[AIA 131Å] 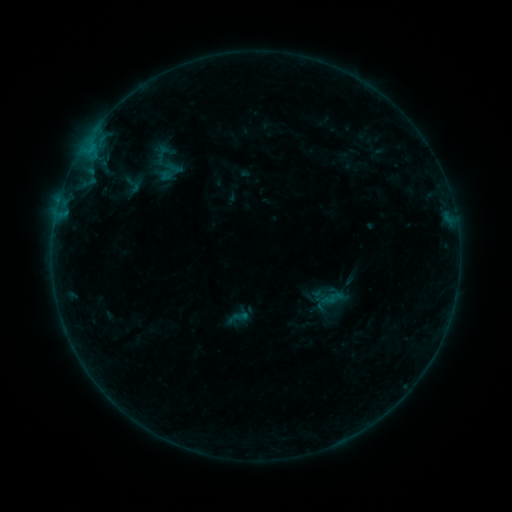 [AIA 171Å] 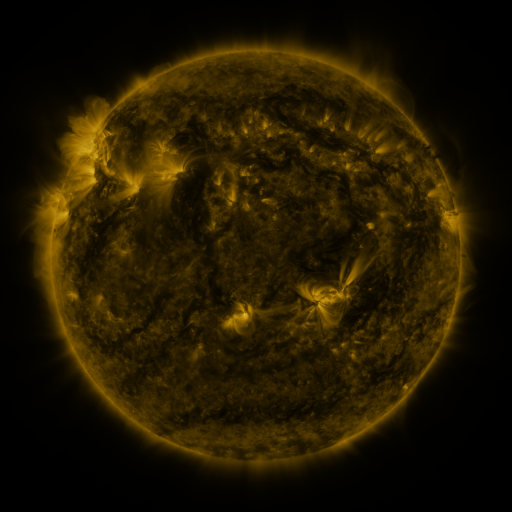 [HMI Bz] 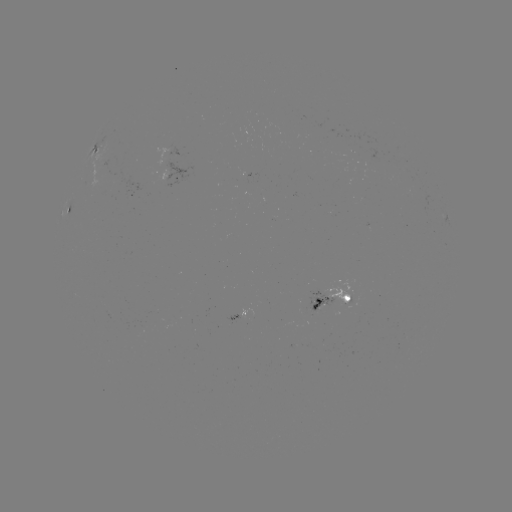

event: sigmoid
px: (133, 184)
